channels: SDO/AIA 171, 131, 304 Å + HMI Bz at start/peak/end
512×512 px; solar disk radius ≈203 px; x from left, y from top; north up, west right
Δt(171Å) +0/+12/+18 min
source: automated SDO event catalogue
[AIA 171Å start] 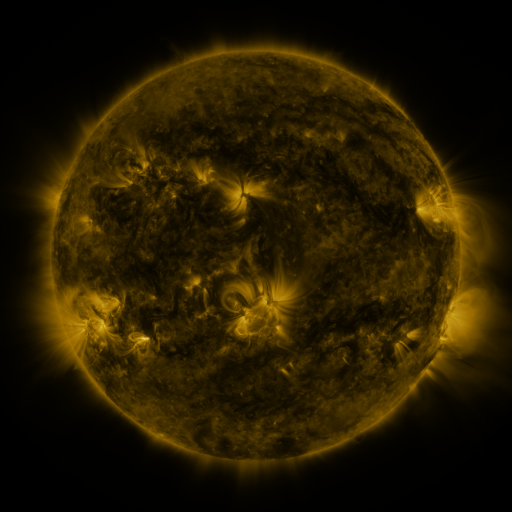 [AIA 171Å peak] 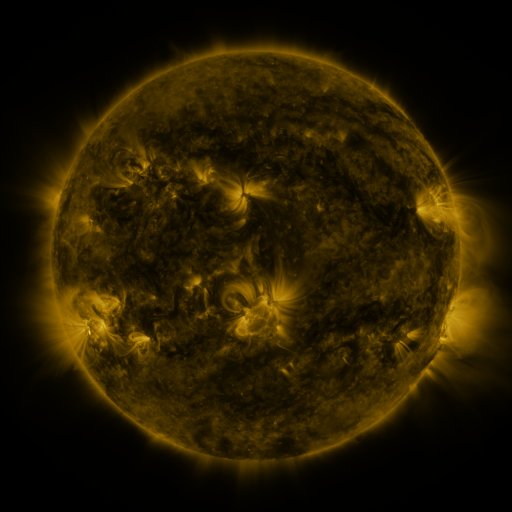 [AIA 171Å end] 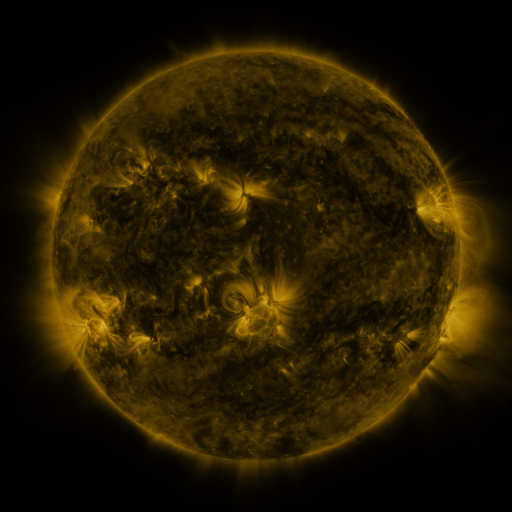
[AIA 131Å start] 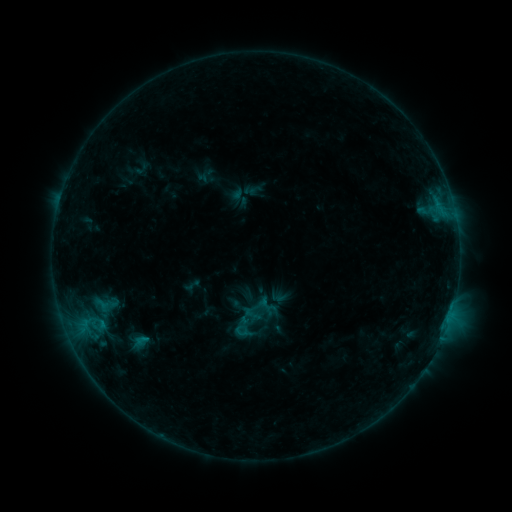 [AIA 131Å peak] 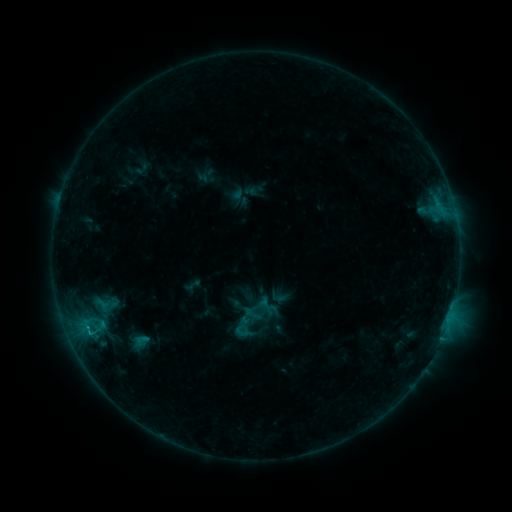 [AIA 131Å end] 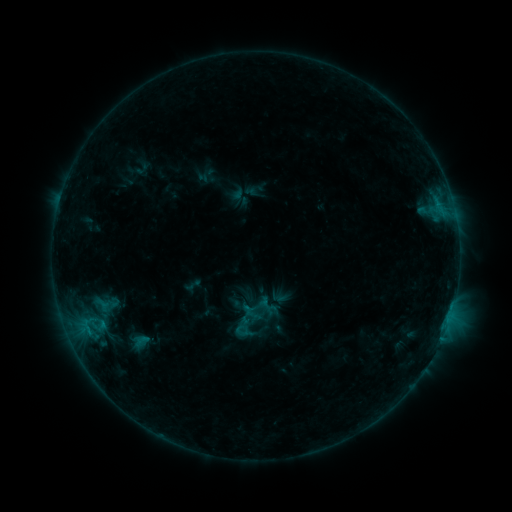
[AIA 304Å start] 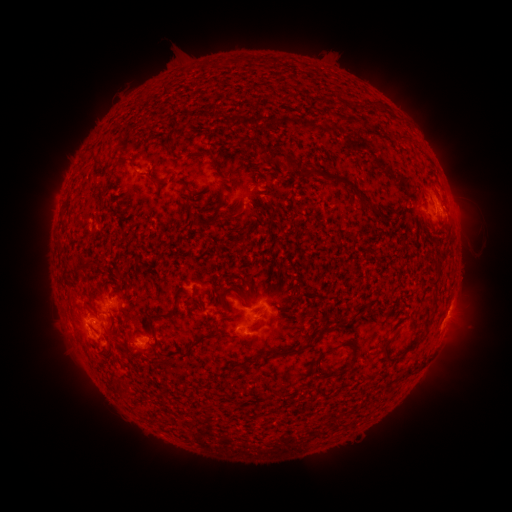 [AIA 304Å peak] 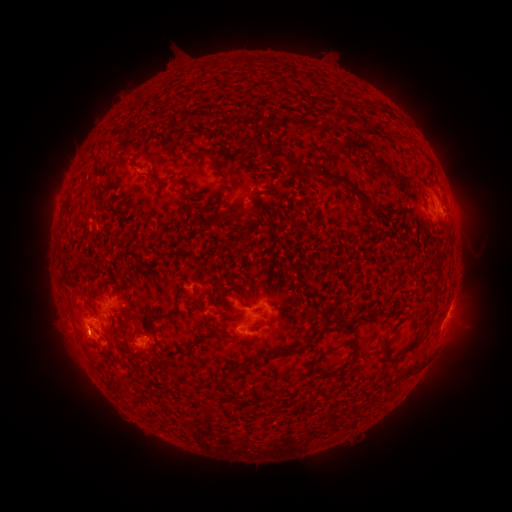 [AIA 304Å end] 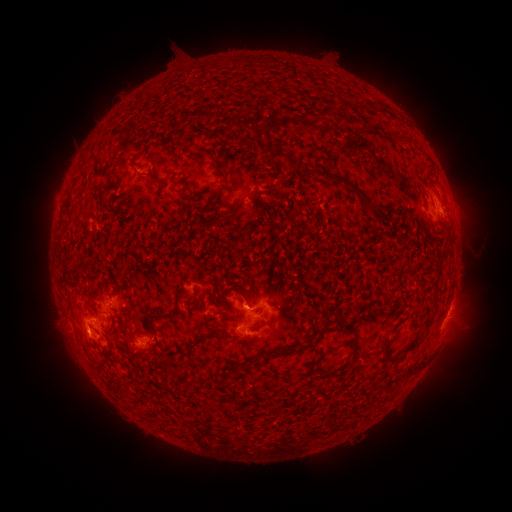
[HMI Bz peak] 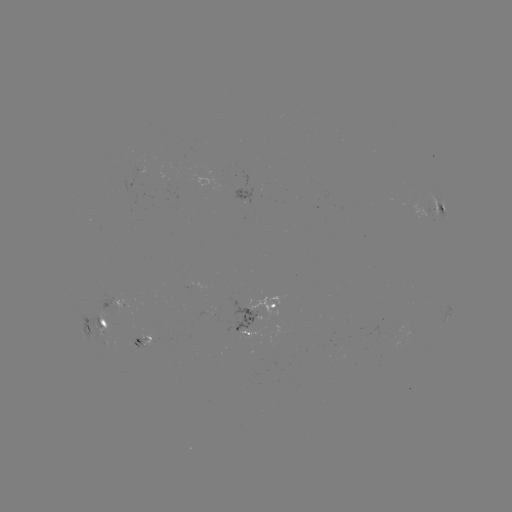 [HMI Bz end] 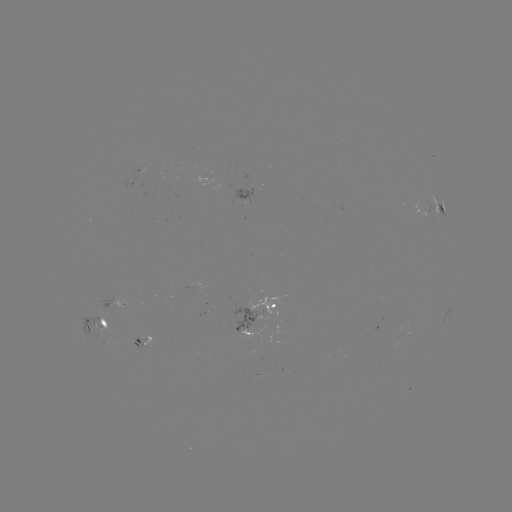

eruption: [58, 315, 104, 363]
